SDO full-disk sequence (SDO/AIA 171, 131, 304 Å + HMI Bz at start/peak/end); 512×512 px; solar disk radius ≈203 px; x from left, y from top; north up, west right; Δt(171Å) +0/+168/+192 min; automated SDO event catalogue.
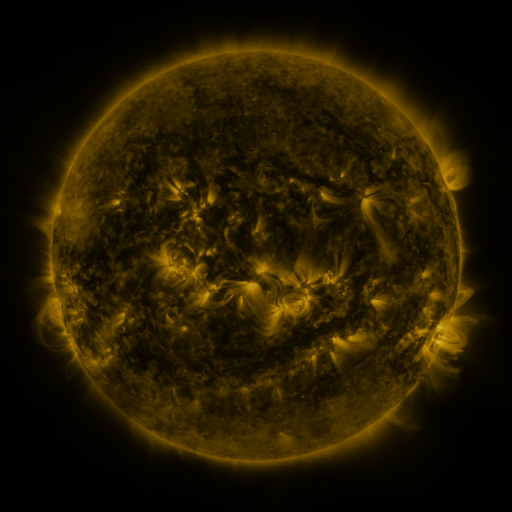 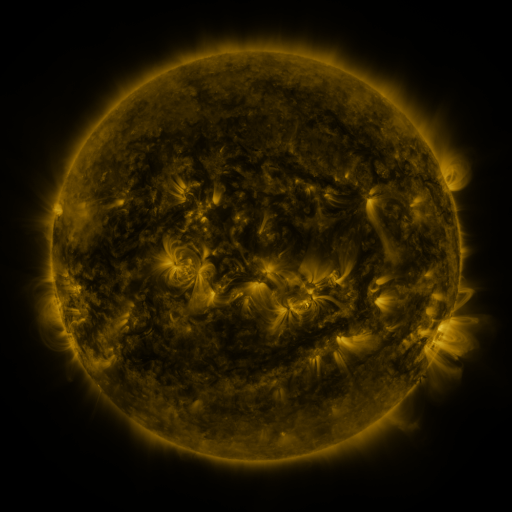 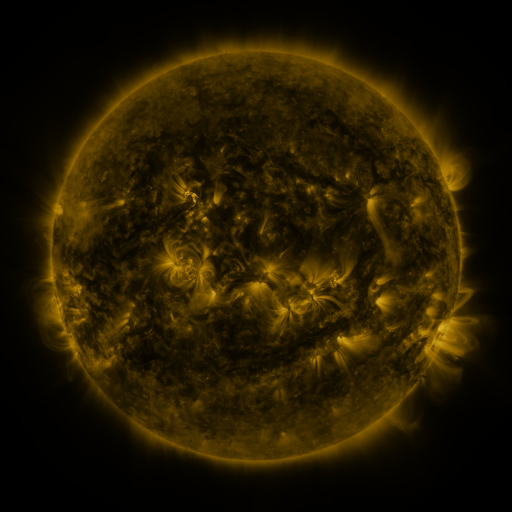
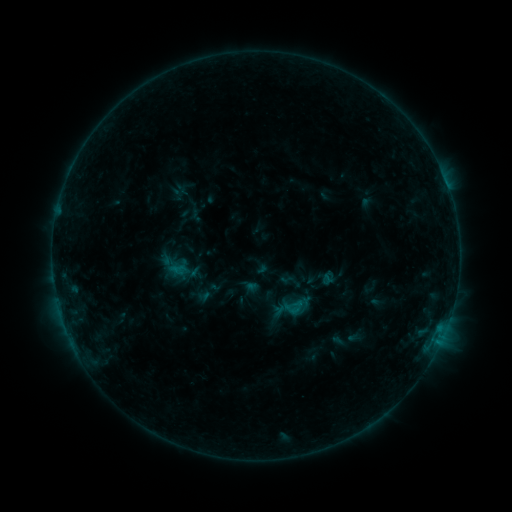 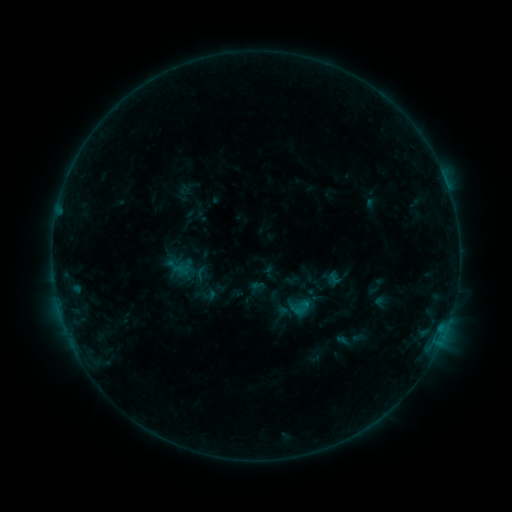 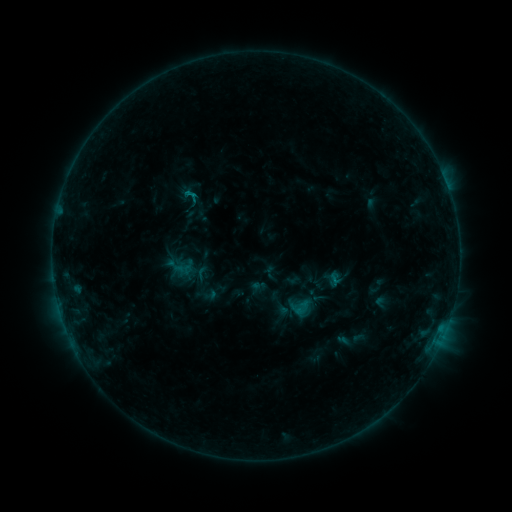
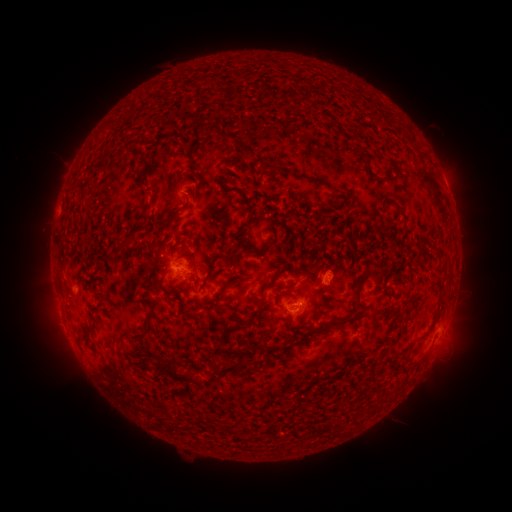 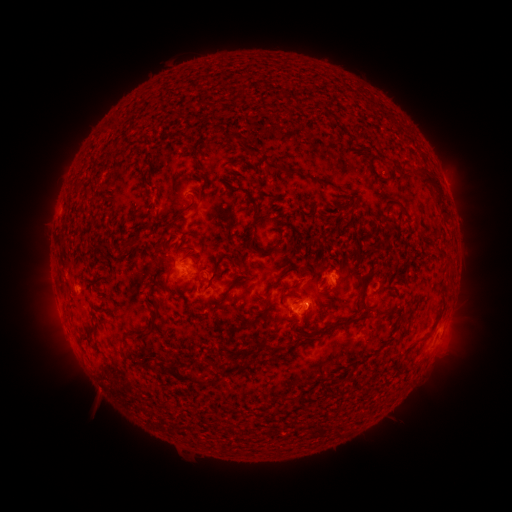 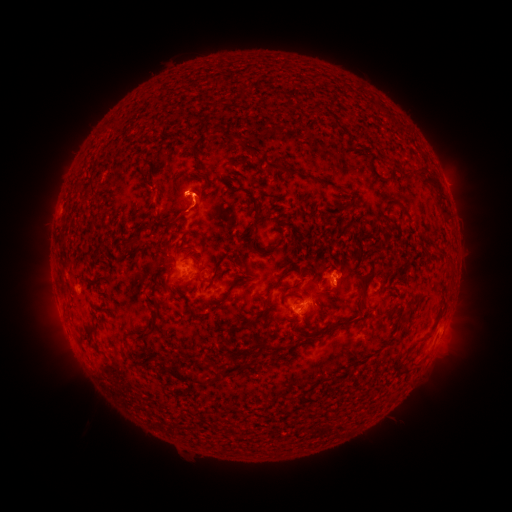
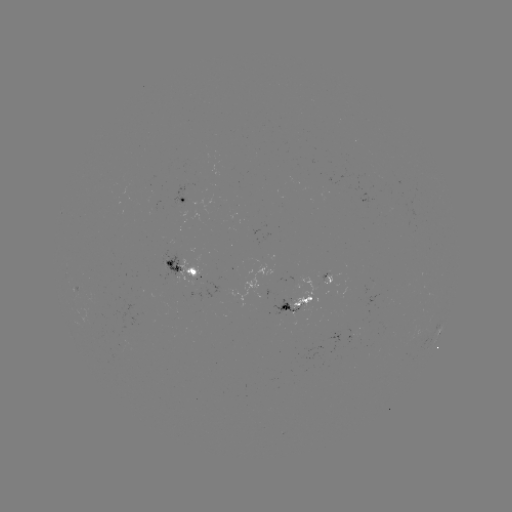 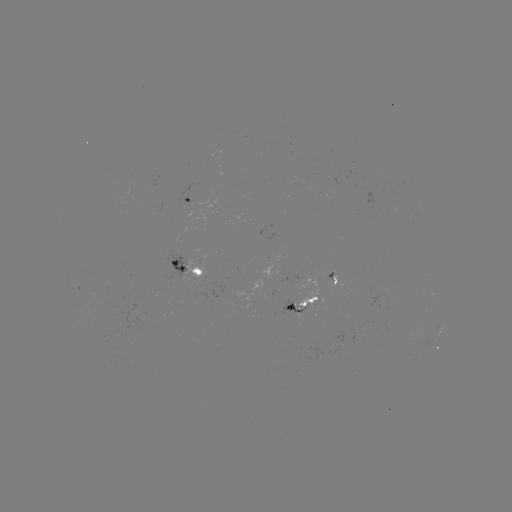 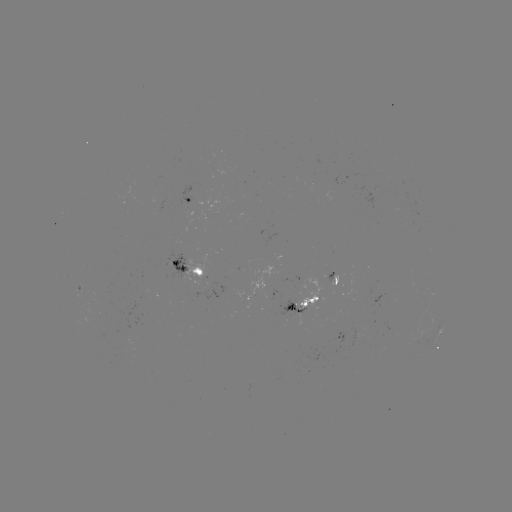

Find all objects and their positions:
emerging-flux region: (301, 299)
